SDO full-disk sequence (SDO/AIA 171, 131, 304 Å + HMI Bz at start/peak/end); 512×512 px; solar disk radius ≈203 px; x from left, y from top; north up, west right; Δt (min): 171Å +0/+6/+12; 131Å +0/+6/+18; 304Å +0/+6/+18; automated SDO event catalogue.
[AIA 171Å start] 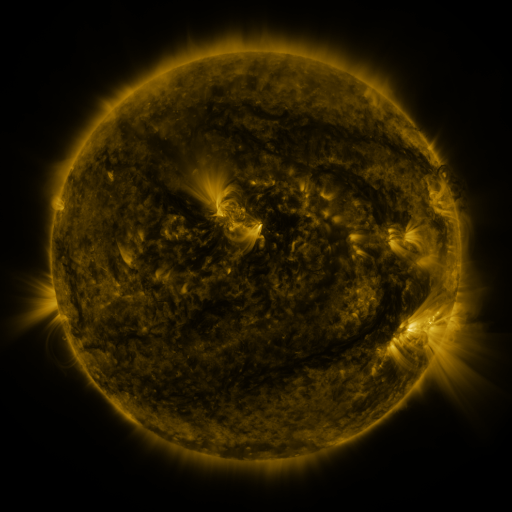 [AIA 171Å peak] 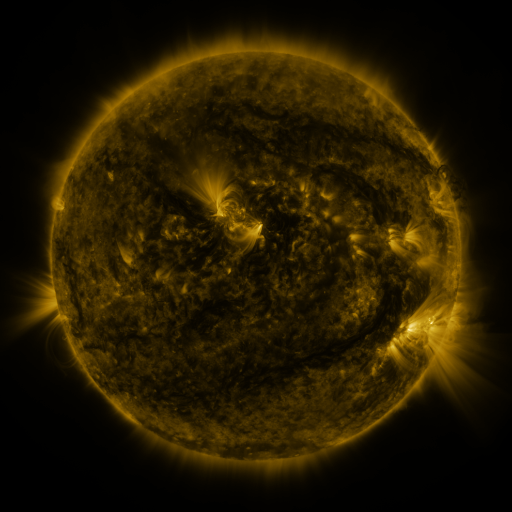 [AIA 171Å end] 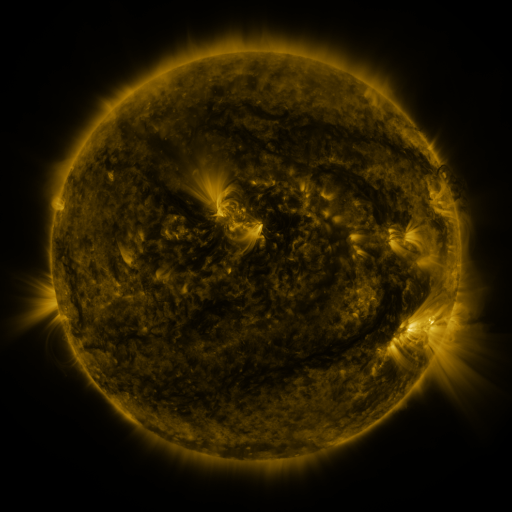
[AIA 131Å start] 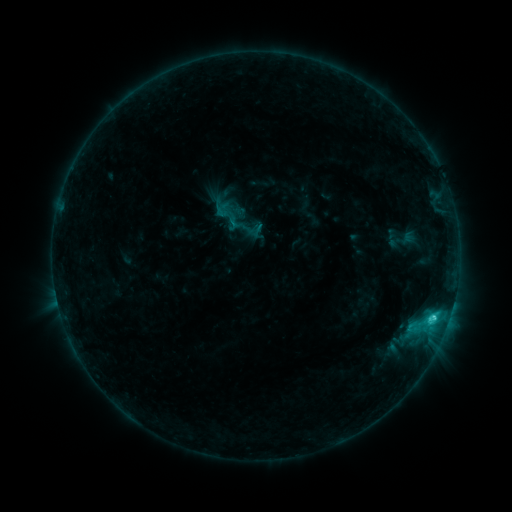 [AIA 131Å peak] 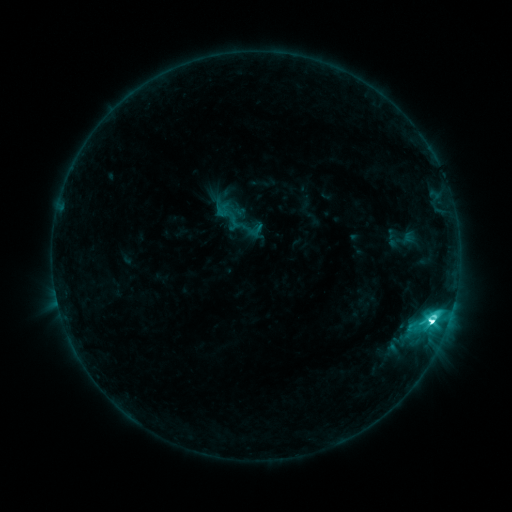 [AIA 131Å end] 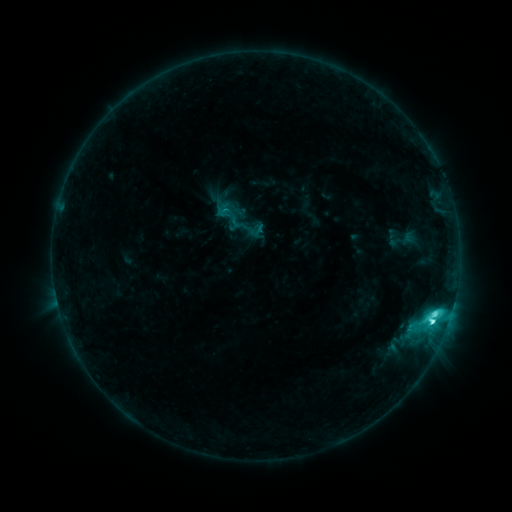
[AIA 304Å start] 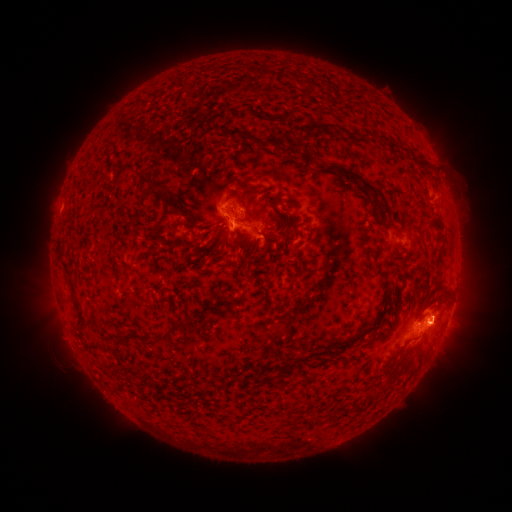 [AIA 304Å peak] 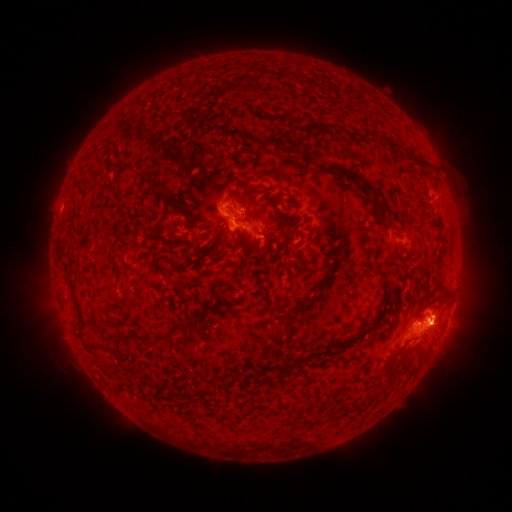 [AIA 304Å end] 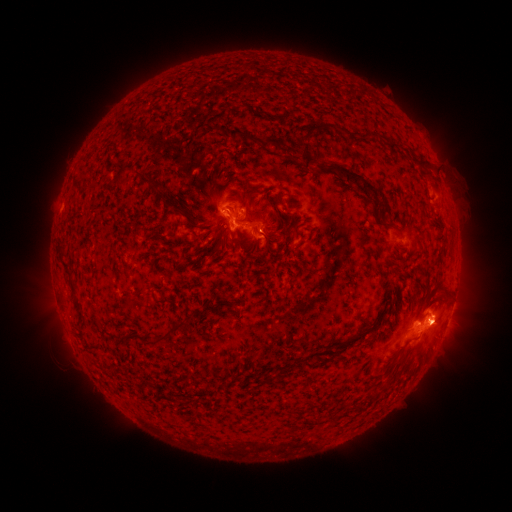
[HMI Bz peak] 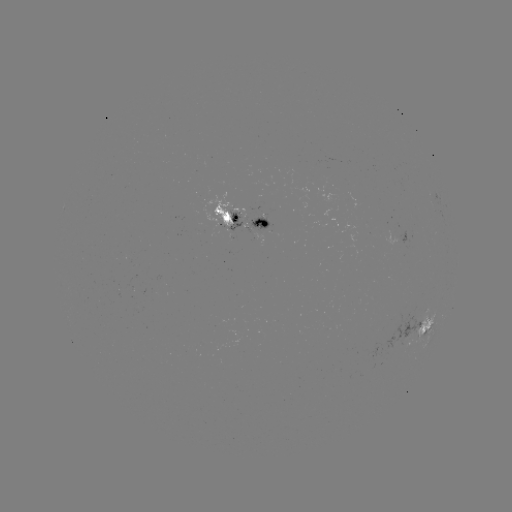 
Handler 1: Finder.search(M1.1 flare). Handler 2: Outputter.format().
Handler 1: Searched M1.1 flare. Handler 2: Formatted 430,321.